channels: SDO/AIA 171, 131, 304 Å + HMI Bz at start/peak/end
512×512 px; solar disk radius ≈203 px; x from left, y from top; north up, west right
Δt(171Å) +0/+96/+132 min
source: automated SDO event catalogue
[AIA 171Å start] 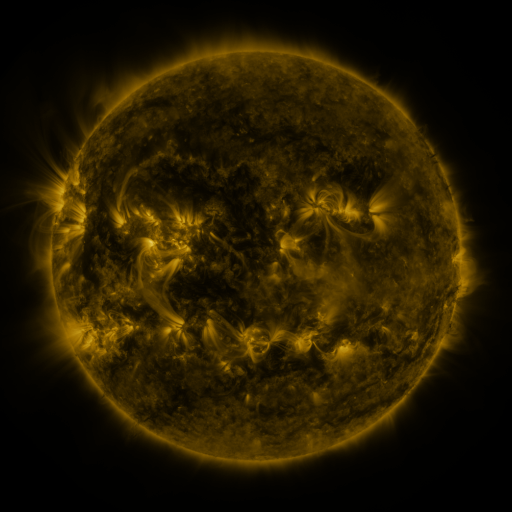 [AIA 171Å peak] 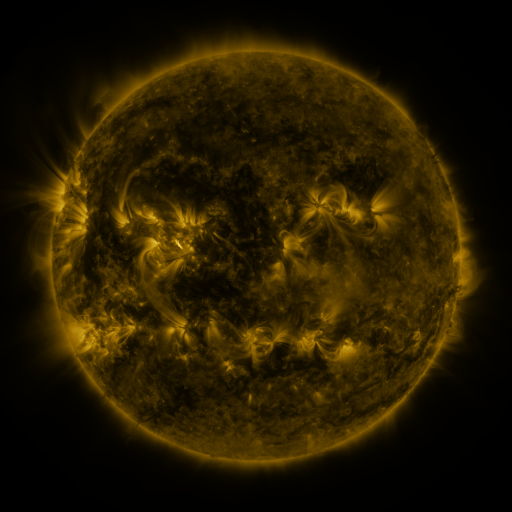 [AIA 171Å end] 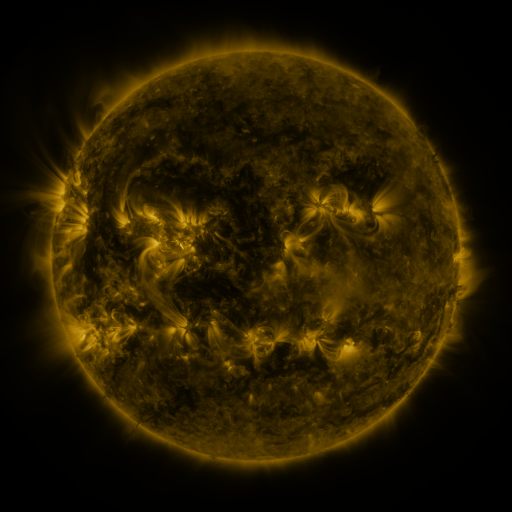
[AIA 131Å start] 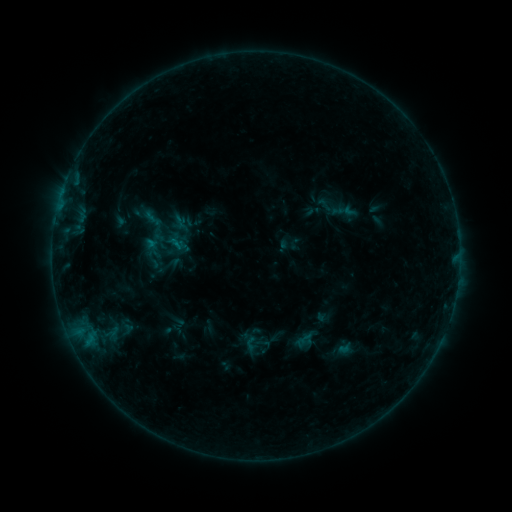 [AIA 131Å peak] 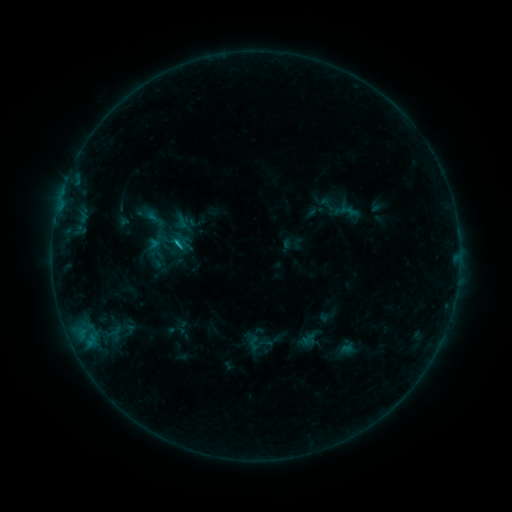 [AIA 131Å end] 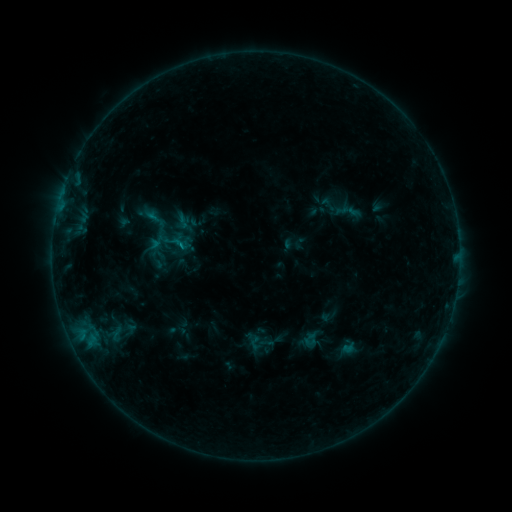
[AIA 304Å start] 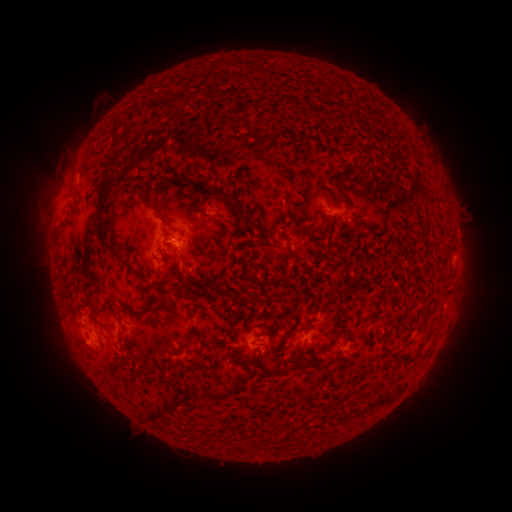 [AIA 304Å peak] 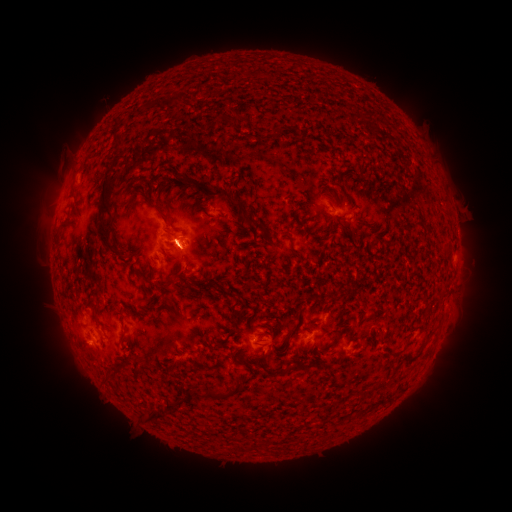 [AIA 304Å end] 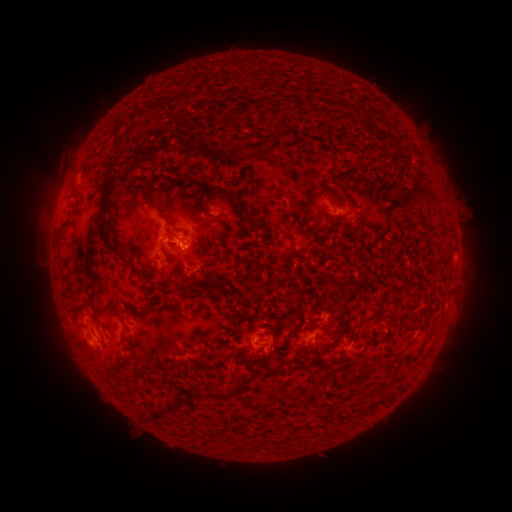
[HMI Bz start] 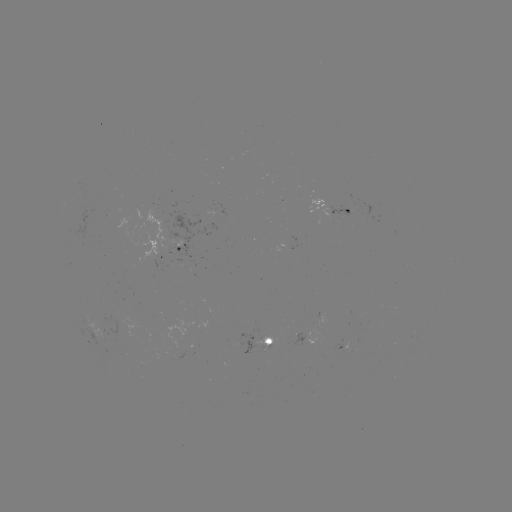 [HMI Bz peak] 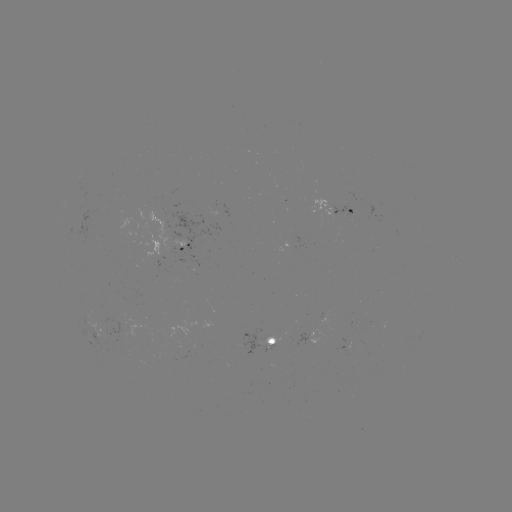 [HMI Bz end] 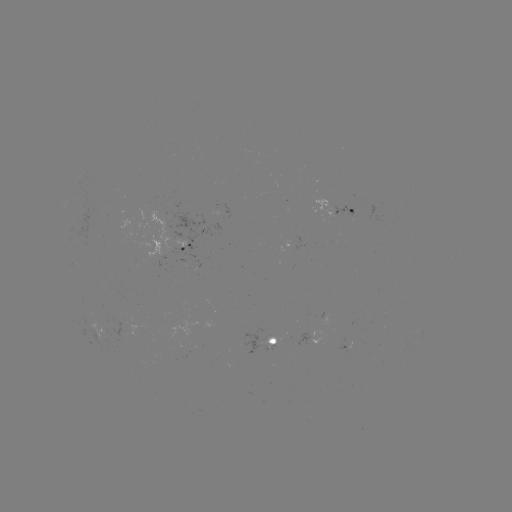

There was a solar emerging-flux region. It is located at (122, 324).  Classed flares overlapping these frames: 1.